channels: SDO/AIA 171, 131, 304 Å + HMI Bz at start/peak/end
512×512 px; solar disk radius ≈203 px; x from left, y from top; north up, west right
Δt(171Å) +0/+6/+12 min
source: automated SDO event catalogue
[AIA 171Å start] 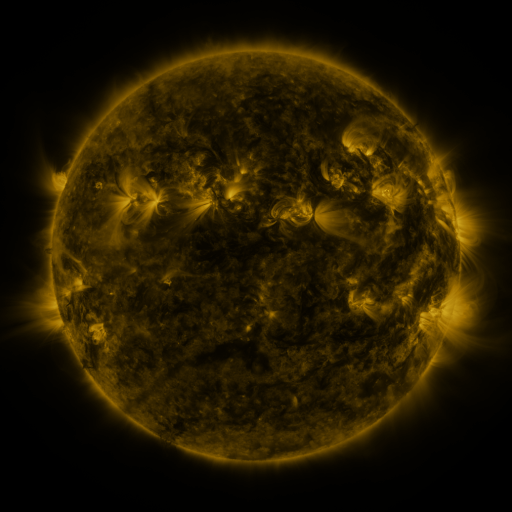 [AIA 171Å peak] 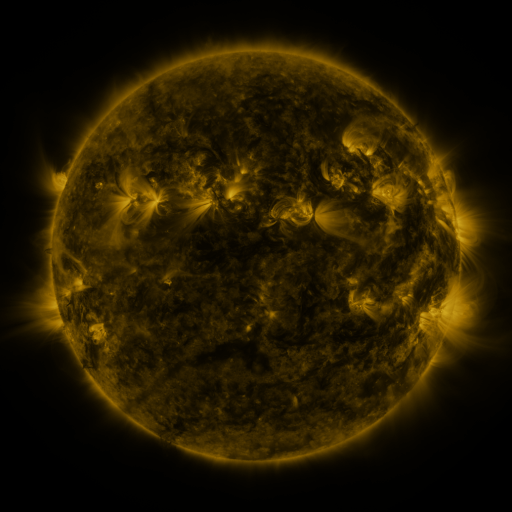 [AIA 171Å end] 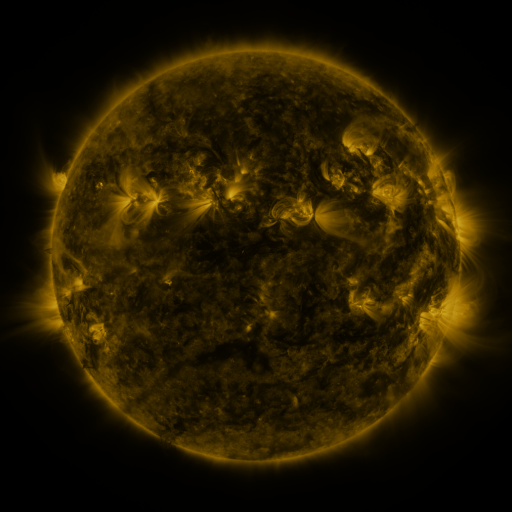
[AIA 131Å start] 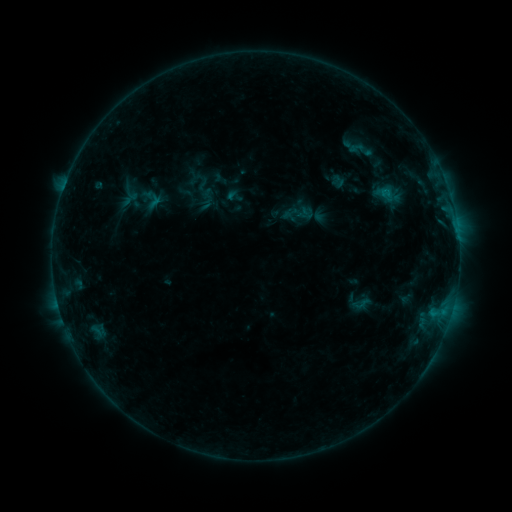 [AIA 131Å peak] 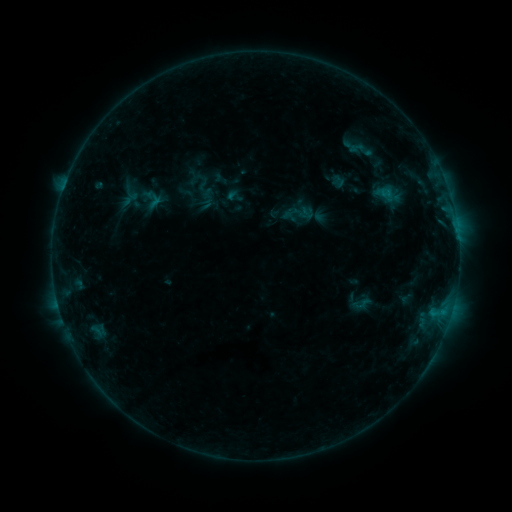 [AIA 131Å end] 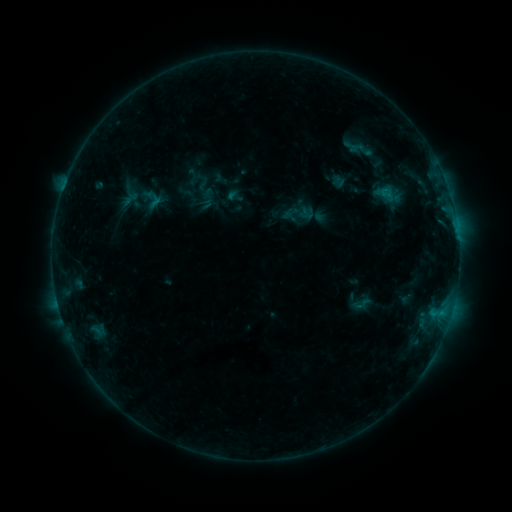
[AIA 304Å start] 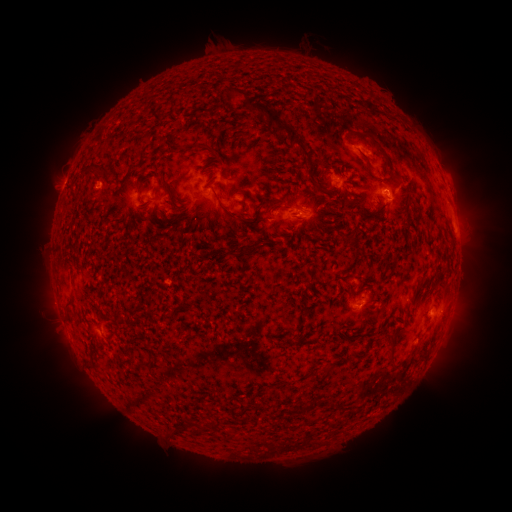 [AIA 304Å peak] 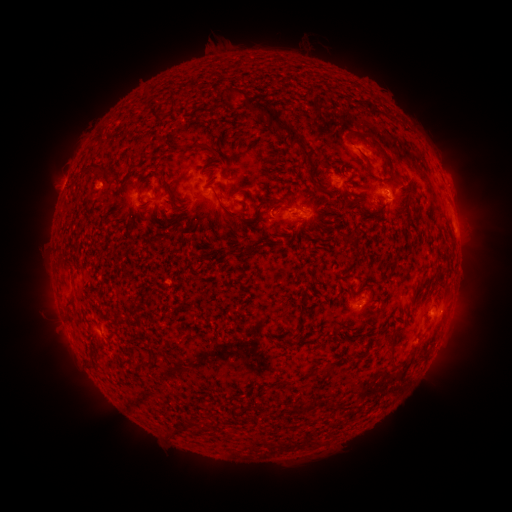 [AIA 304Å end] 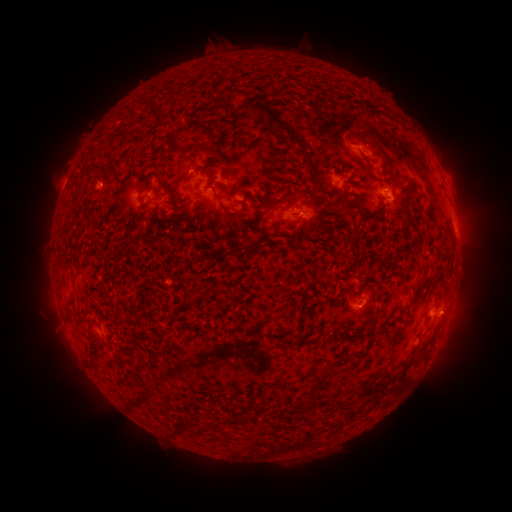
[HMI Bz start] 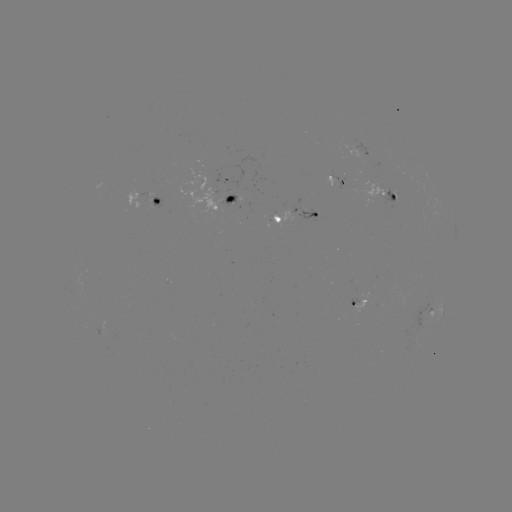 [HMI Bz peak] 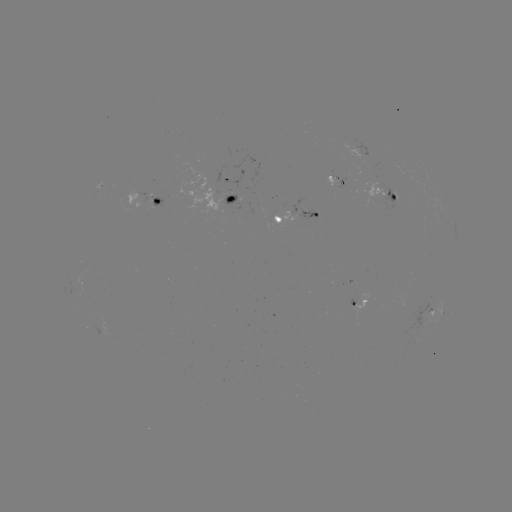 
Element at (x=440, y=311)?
B5.0 flare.